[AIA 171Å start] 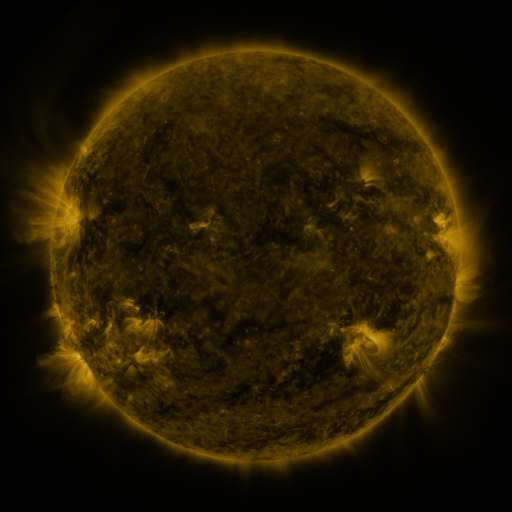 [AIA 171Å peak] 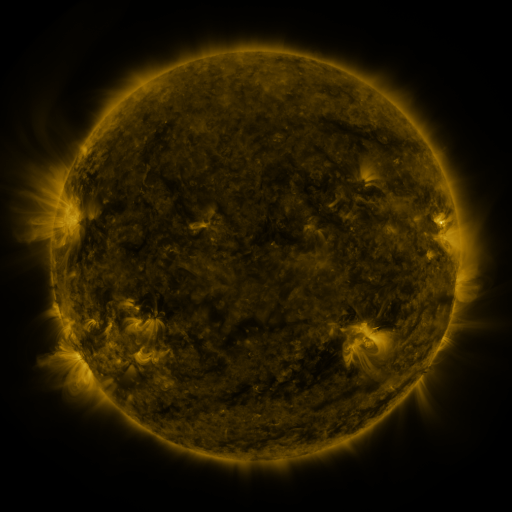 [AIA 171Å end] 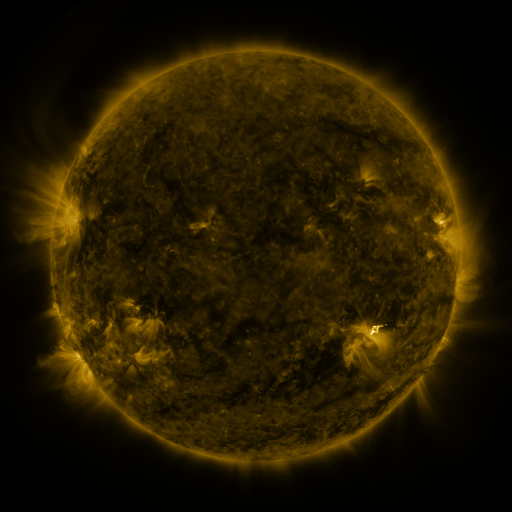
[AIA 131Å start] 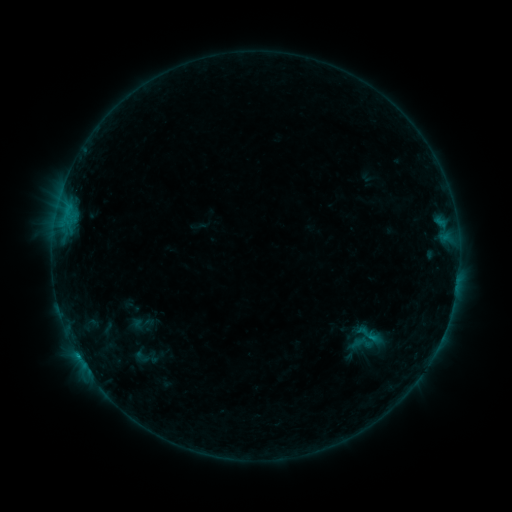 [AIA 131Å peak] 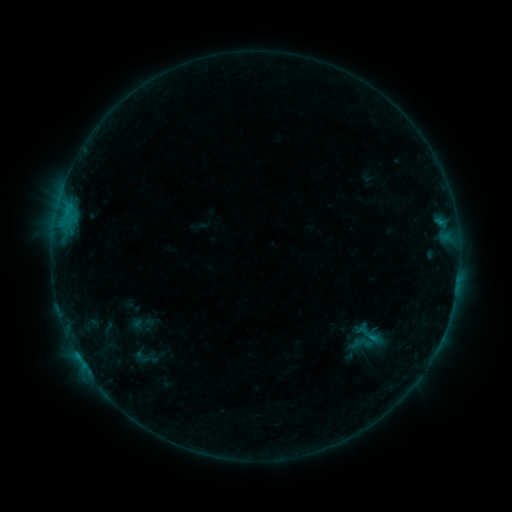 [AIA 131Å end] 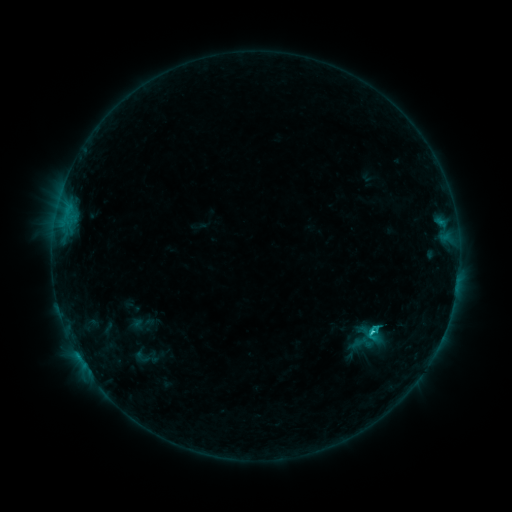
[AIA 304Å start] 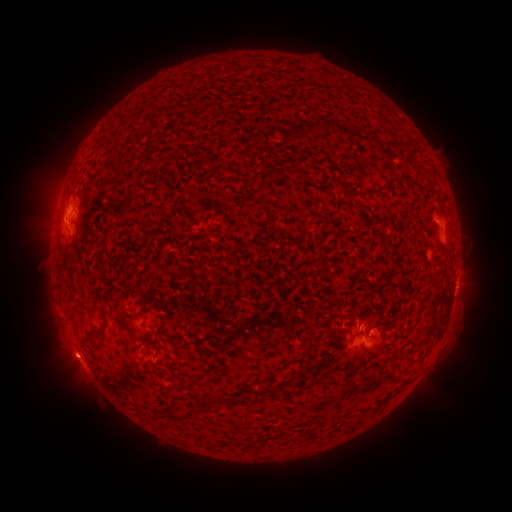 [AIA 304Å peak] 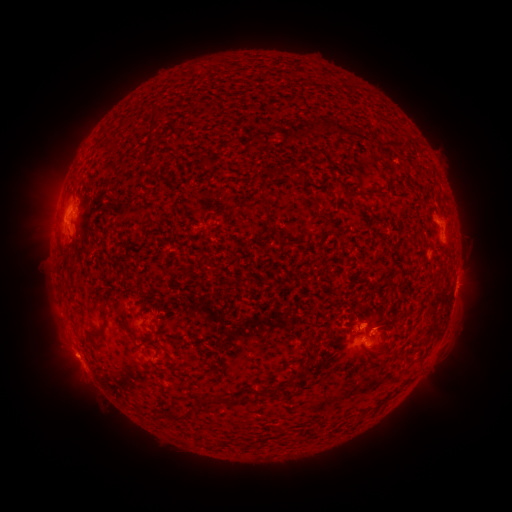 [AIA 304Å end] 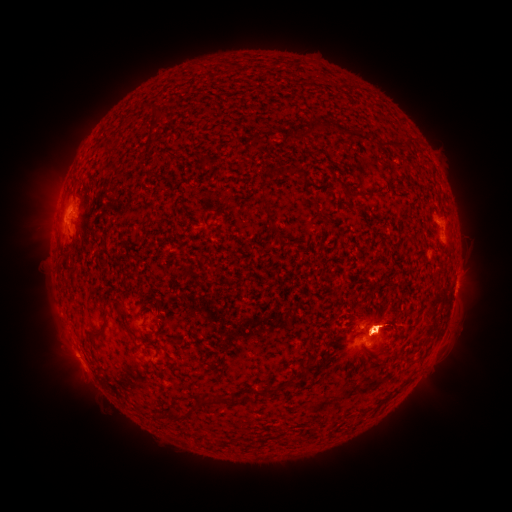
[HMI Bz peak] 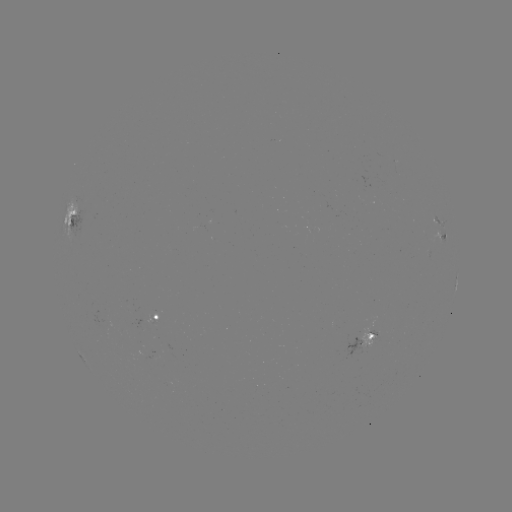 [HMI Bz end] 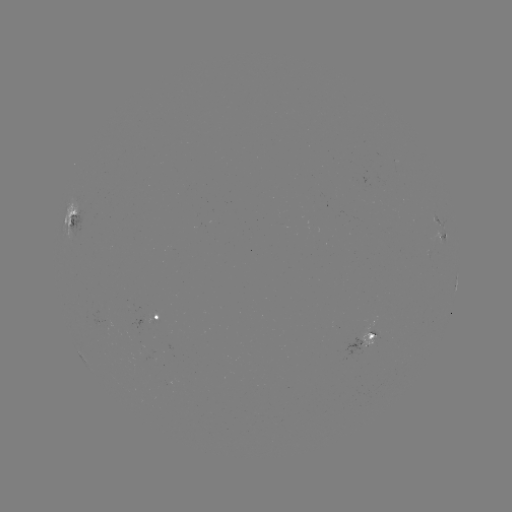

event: flare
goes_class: C2.1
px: (78, 355)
